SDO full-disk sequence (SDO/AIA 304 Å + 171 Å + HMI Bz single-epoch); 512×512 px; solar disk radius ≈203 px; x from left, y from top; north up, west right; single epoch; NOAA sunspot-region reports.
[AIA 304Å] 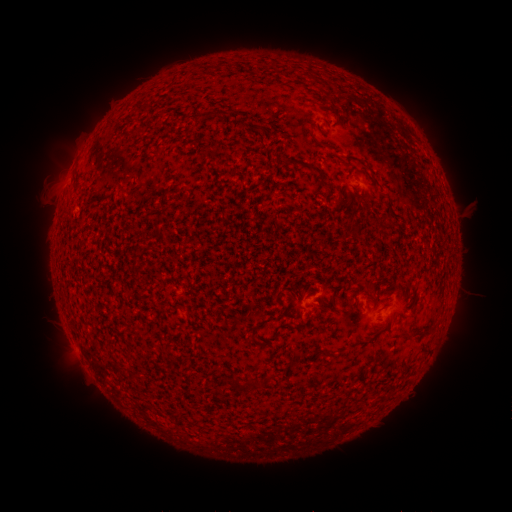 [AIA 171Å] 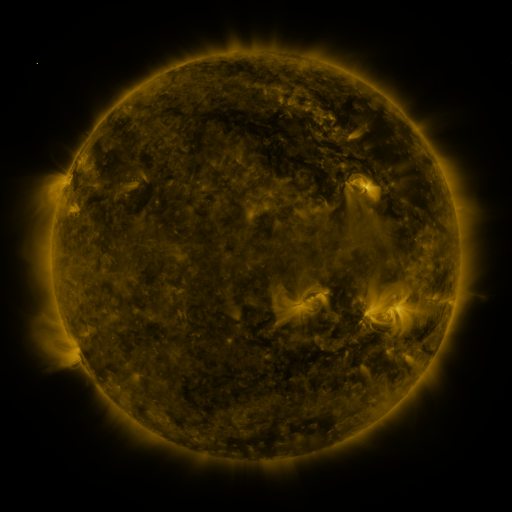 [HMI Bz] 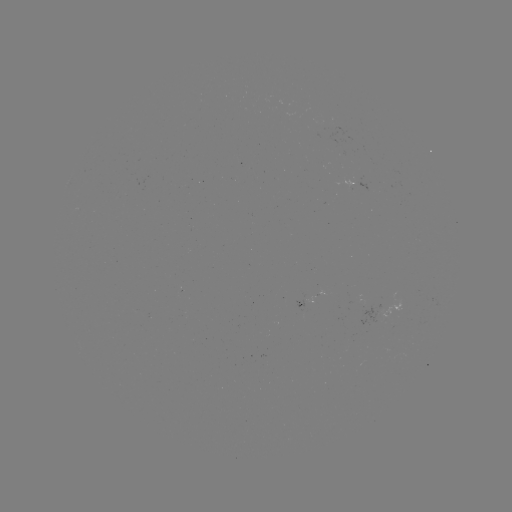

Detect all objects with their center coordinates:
spotted active region: (357, 184)
spotted active region: (302, 297)
